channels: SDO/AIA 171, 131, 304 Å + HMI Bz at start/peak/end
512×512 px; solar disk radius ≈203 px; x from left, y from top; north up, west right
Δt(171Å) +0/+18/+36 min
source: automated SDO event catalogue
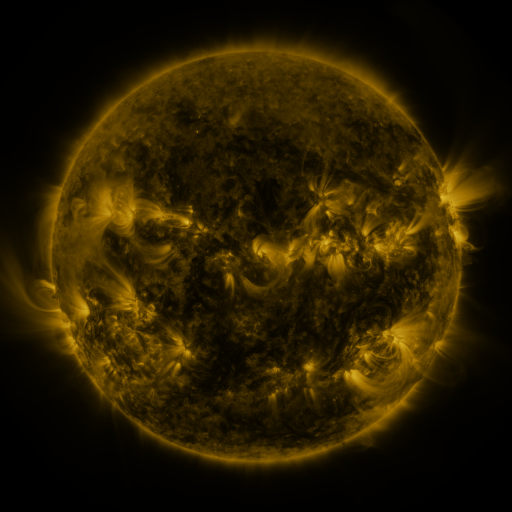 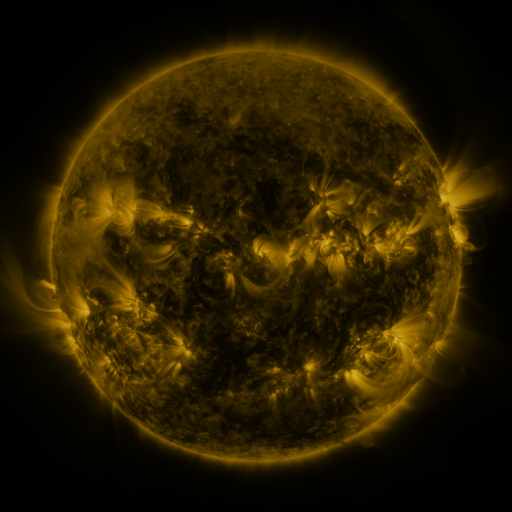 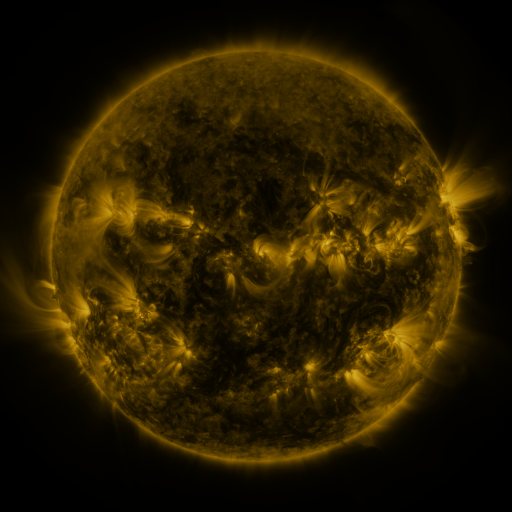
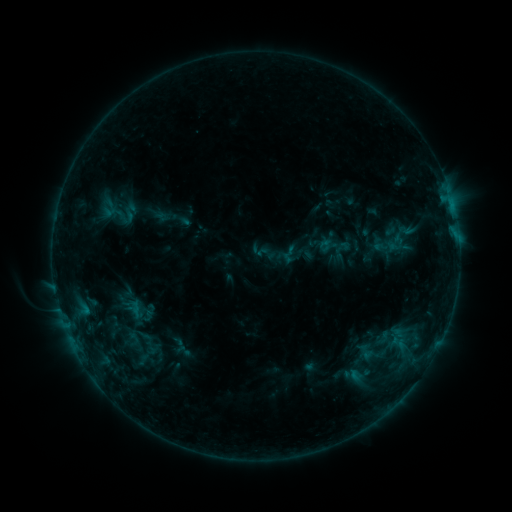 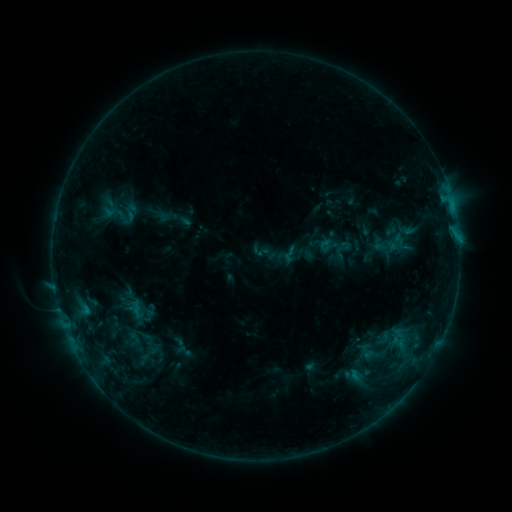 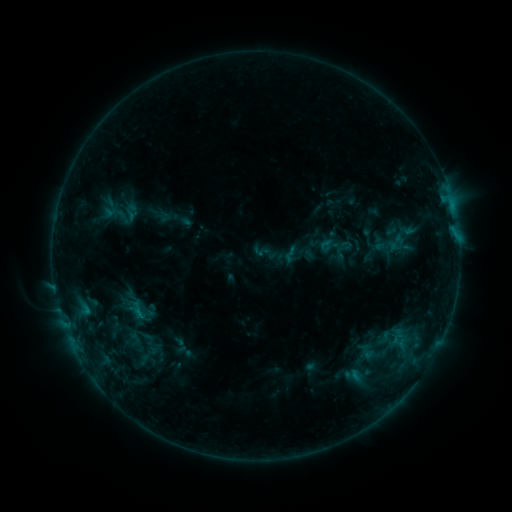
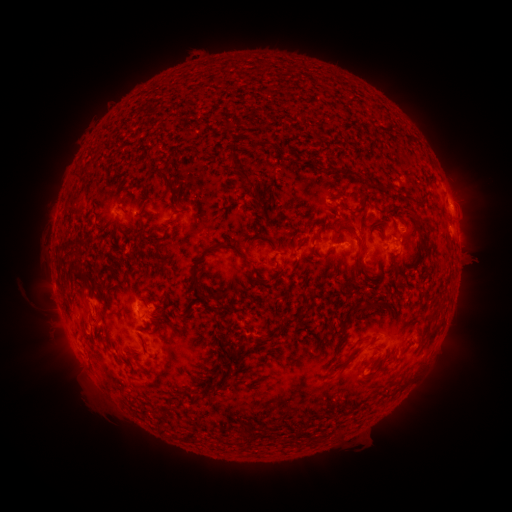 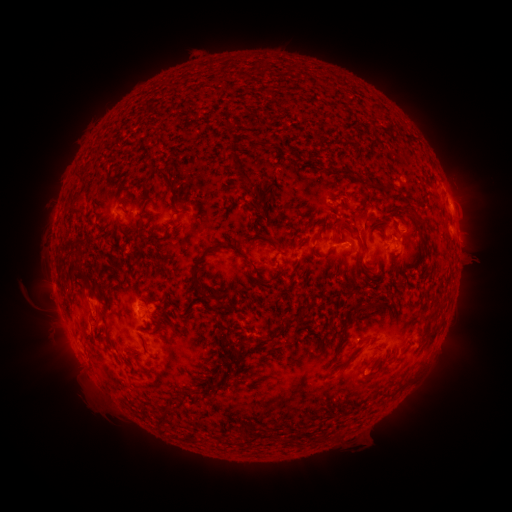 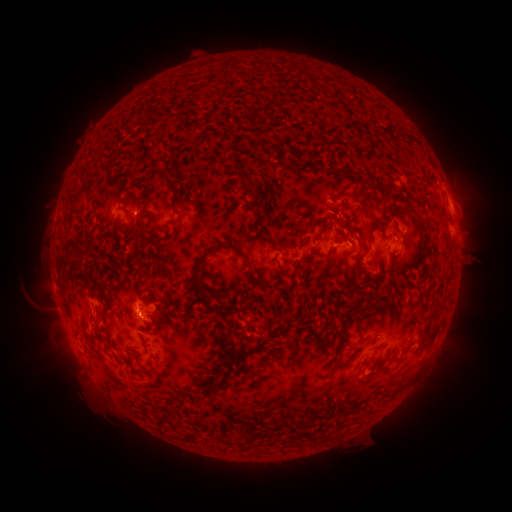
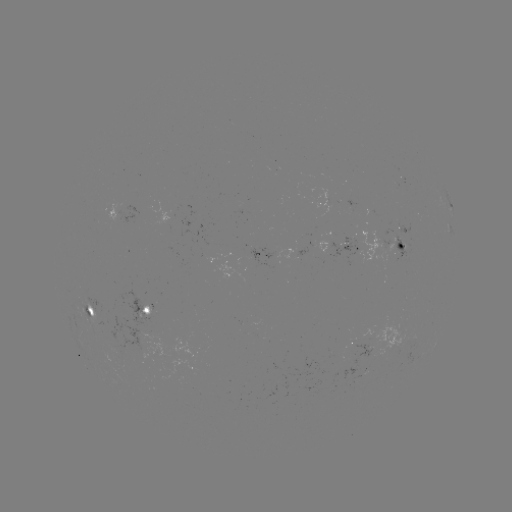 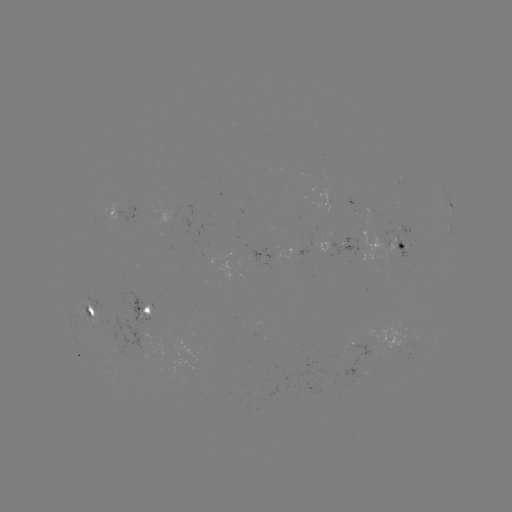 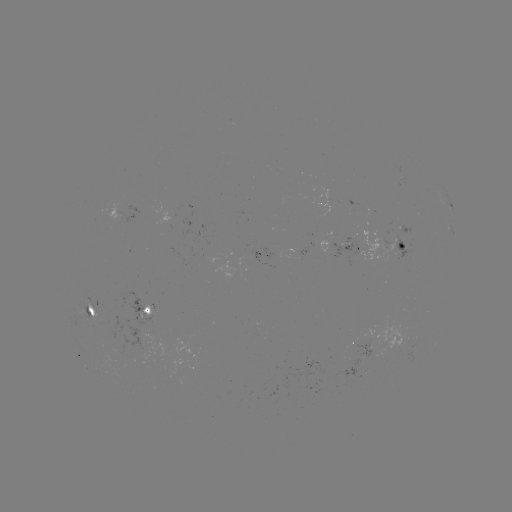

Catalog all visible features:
eruption: (364, 227)
